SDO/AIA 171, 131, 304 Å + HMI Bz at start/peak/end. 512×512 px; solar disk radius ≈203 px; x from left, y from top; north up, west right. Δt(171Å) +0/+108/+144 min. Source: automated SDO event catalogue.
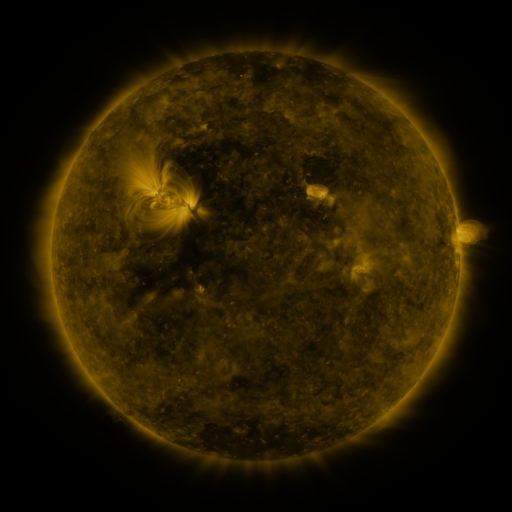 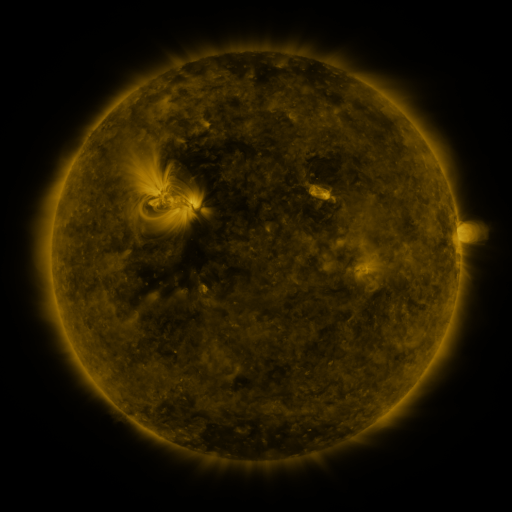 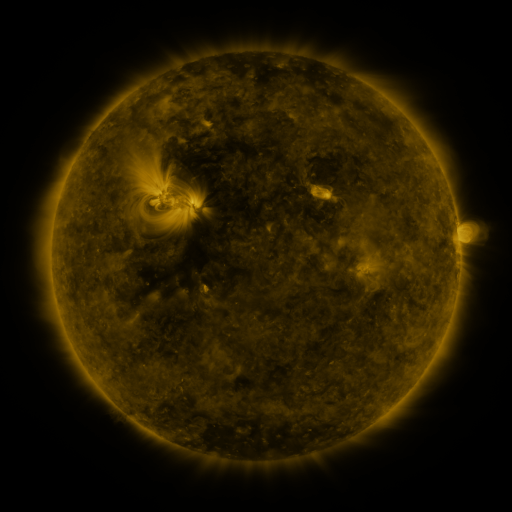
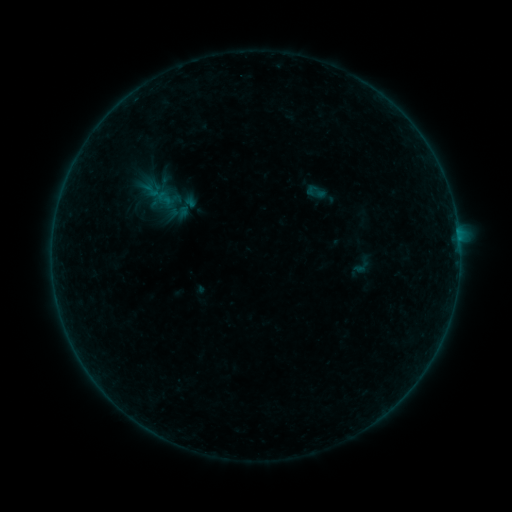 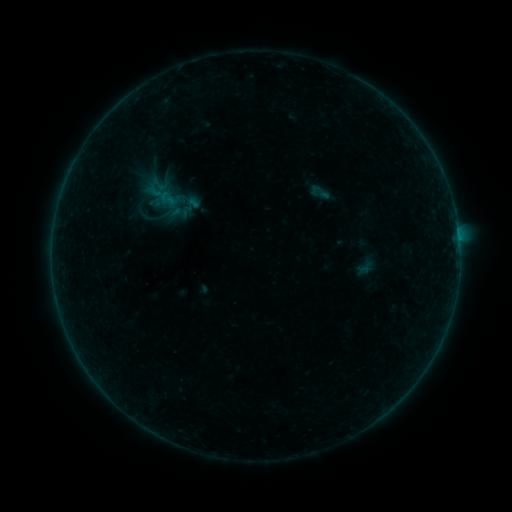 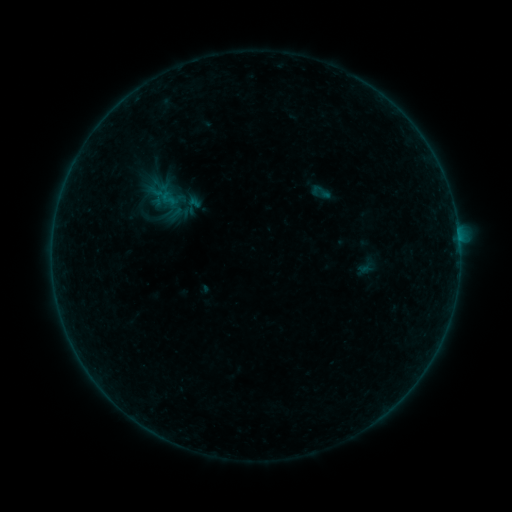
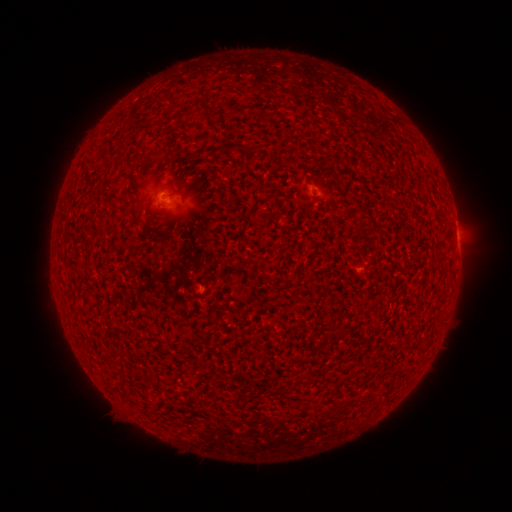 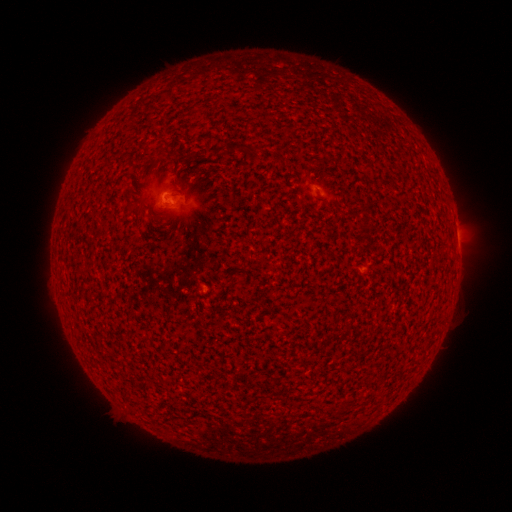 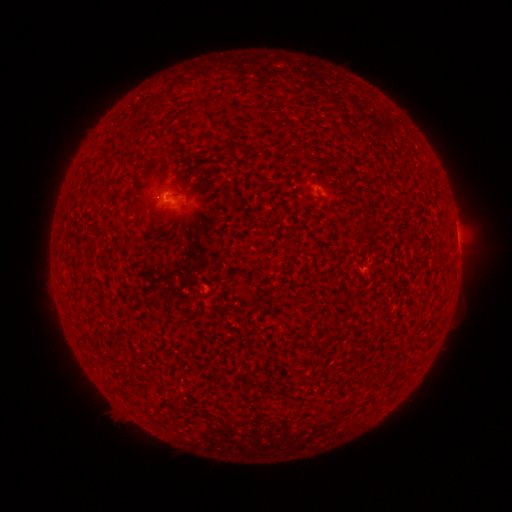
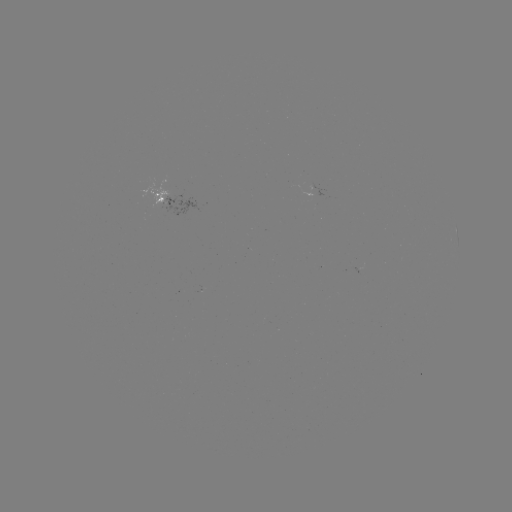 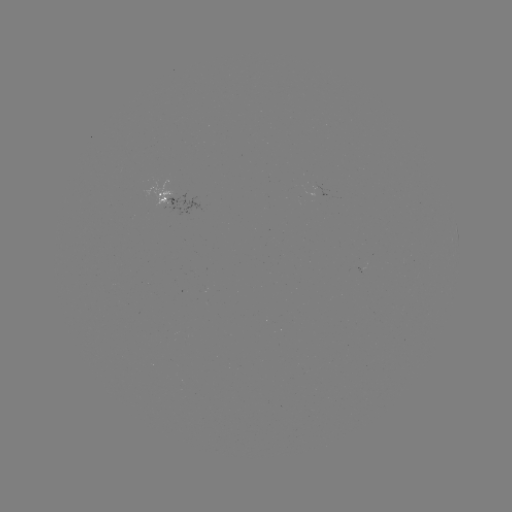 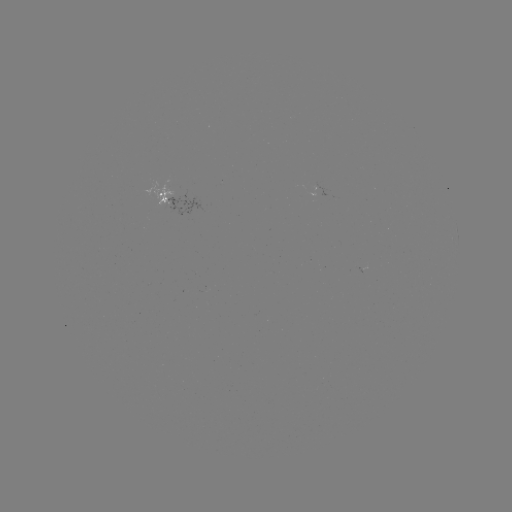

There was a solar emerging-flux region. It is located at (162, 200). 